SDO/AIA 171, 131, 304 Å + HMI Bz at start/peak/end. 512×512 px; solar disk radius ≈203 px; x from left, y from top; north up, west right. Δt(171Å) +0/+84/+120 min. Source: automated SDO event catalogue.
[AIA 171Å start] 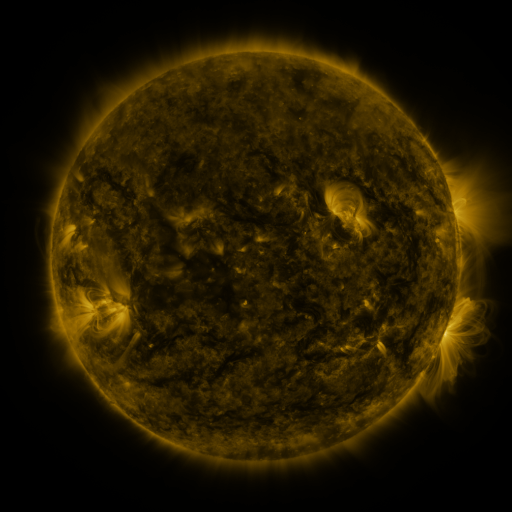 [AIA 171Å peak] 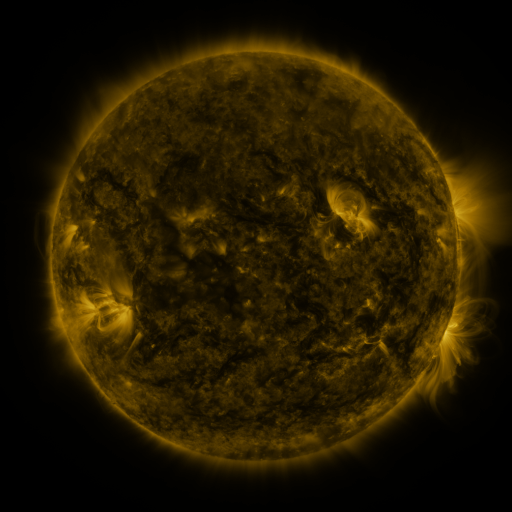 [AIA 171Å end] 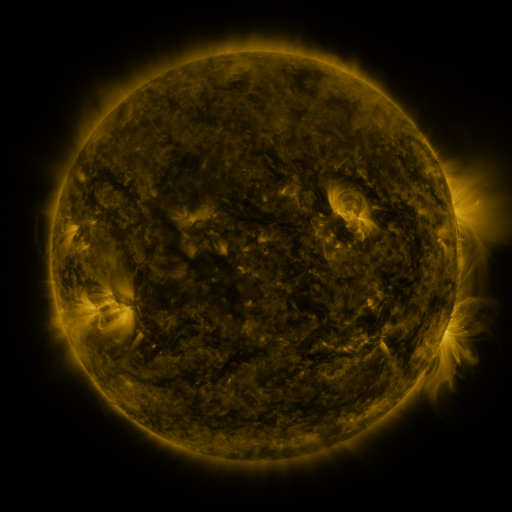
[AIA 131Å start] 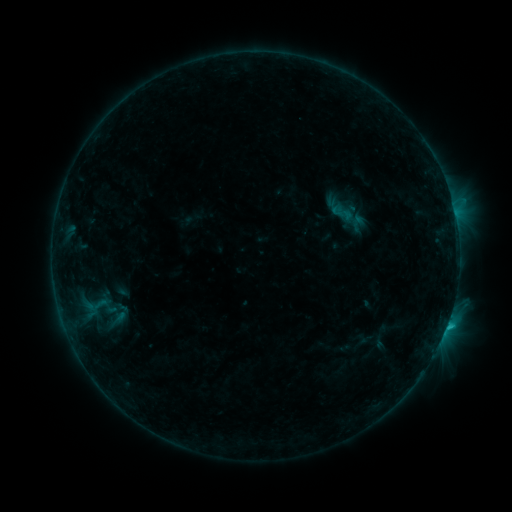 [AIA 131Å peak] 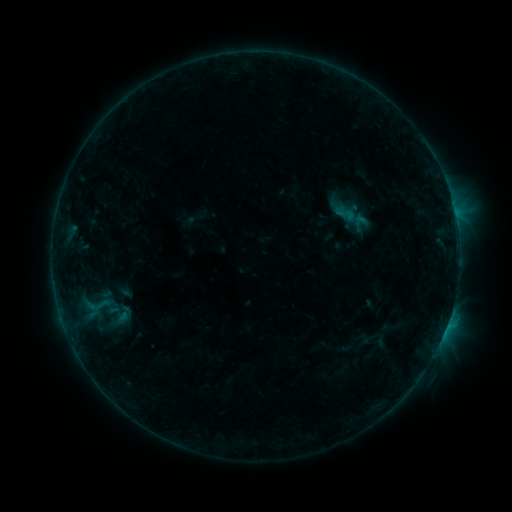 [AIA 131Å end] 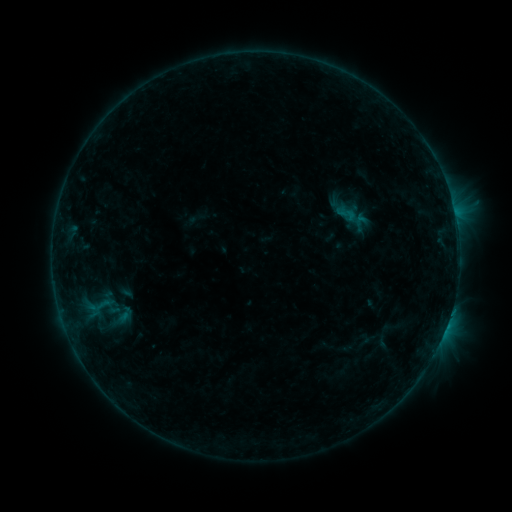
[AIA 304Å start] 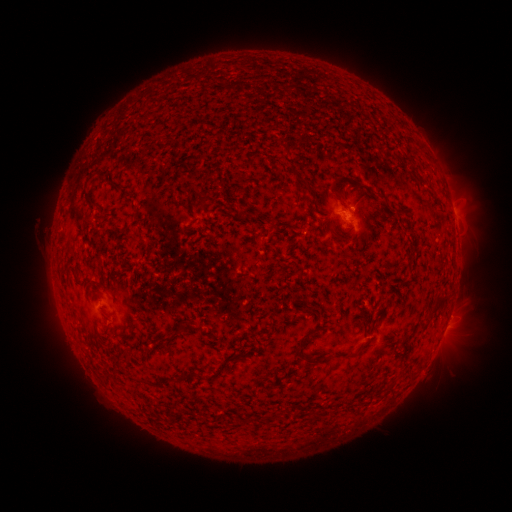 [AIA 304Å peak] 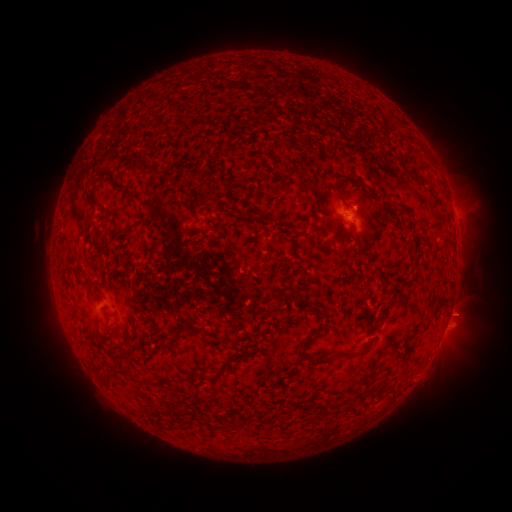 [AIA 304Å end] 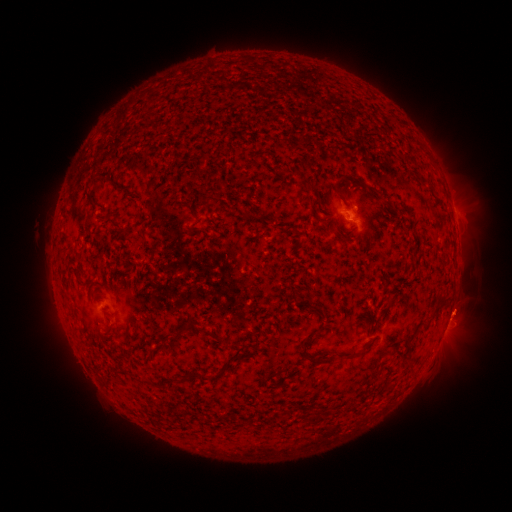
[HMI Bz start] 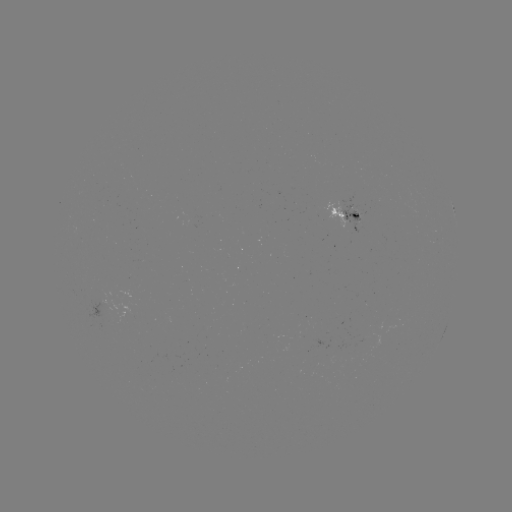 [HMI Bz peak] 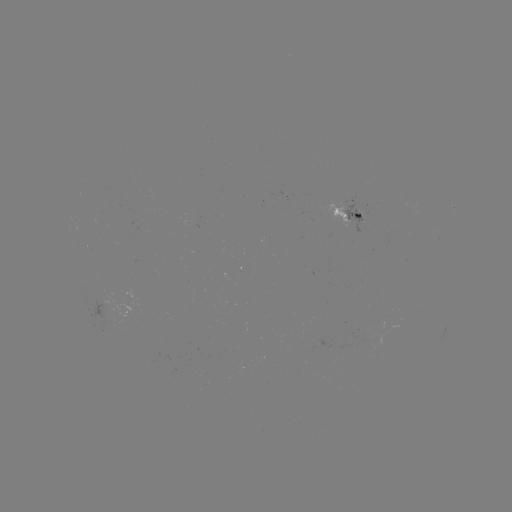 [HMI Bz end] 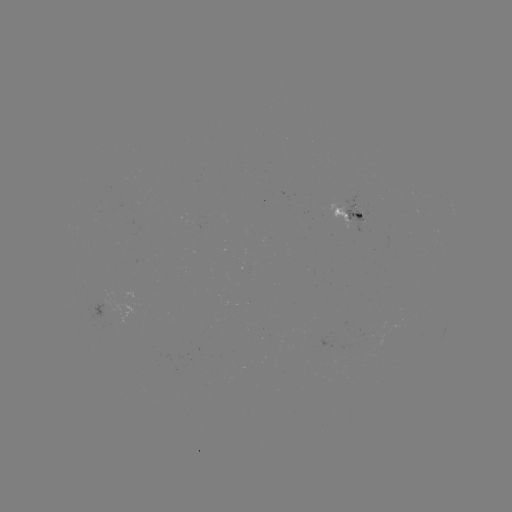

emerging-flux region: <bbox>337, 198, 369, 233</bbox>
